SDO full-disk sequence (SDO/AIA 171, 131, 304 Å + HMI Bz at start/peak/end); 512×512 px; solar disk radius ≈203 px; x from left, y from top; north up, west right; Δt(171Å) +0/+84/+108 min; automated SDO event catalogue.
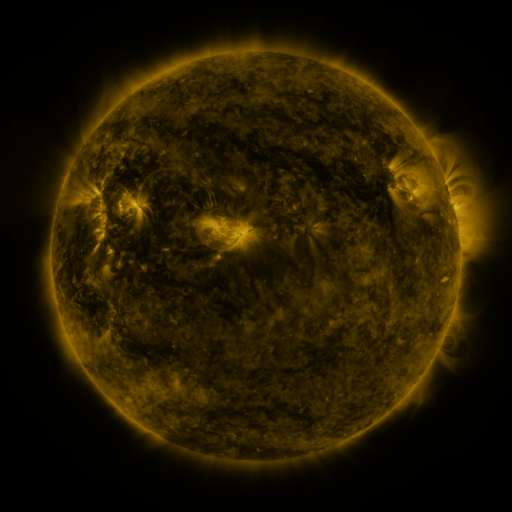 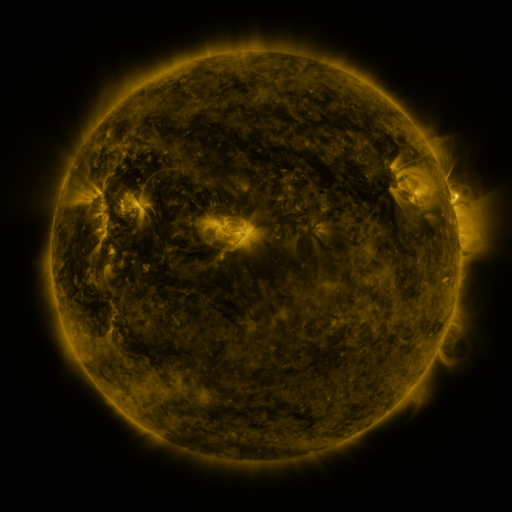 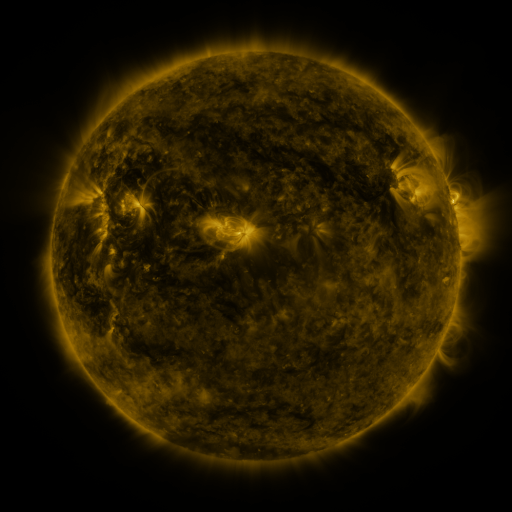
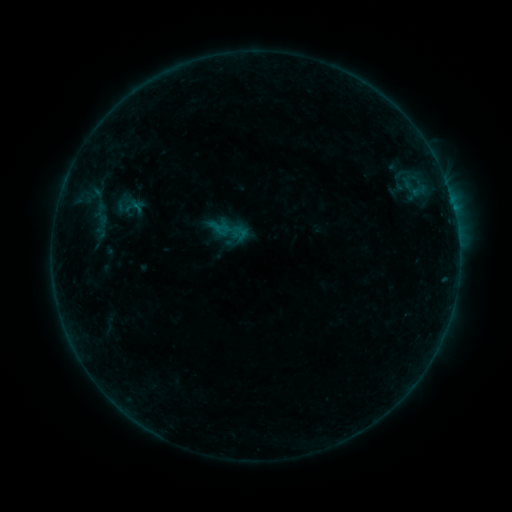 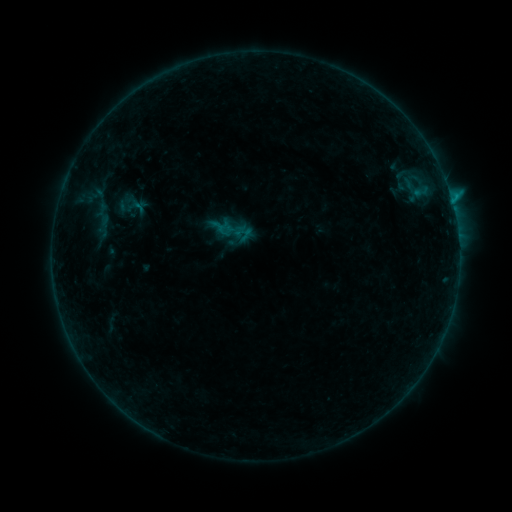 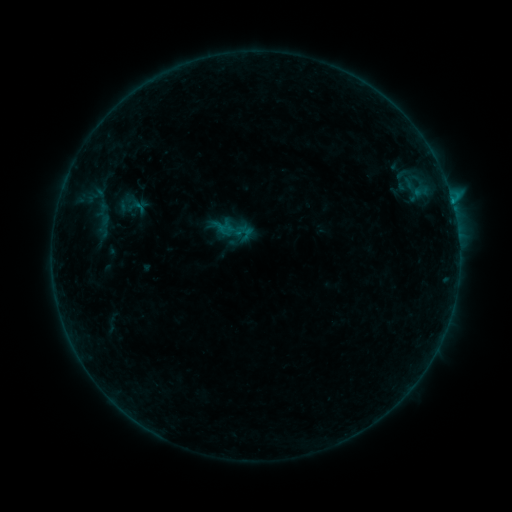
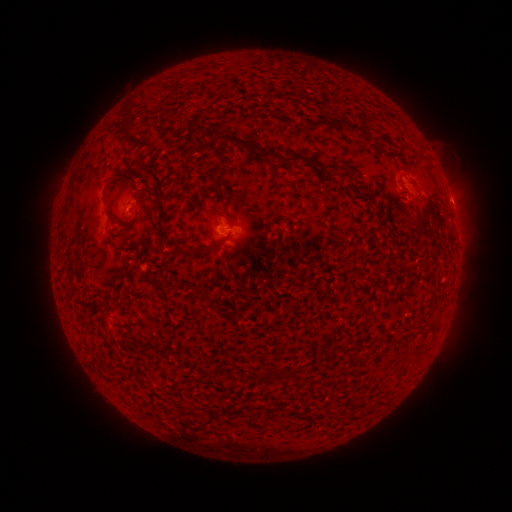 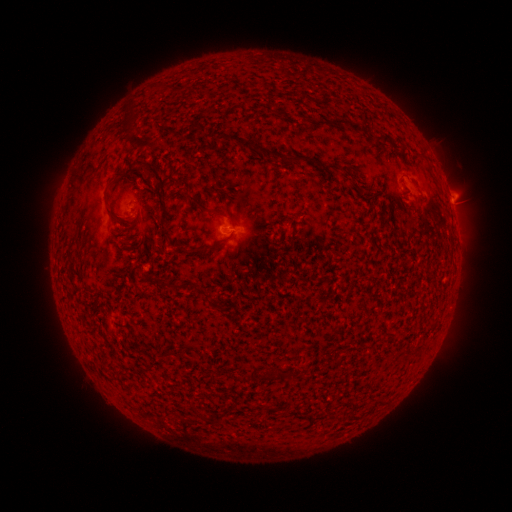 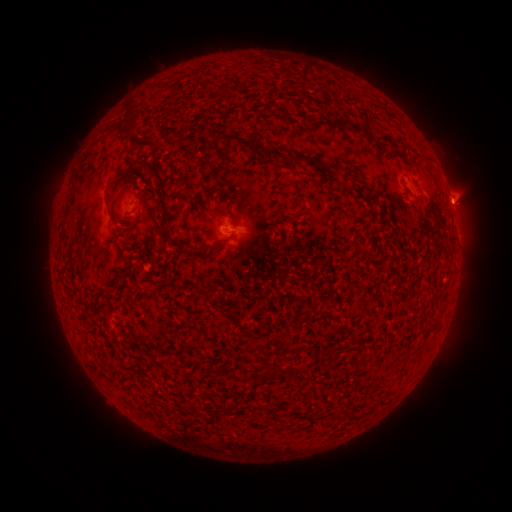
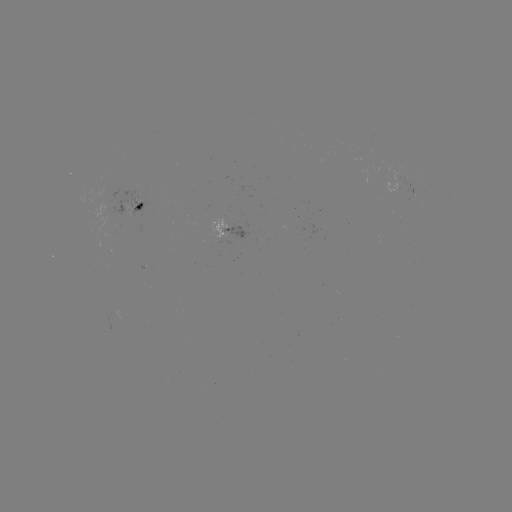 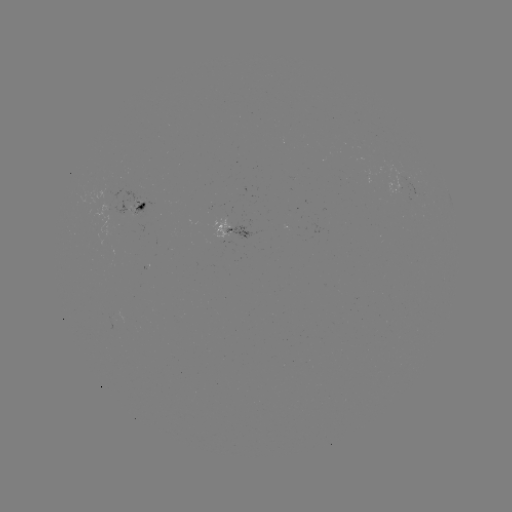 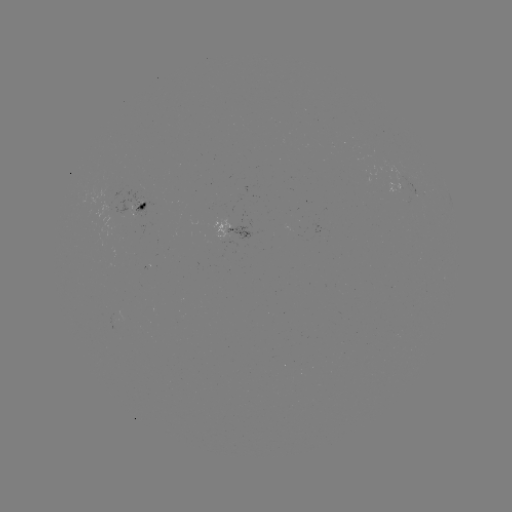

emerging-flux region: (111, 192, 149, 217)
